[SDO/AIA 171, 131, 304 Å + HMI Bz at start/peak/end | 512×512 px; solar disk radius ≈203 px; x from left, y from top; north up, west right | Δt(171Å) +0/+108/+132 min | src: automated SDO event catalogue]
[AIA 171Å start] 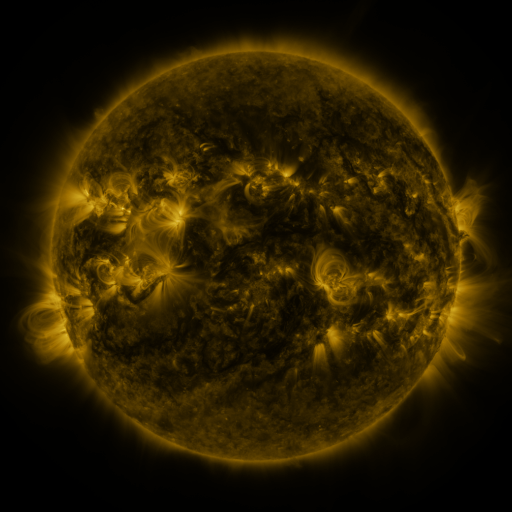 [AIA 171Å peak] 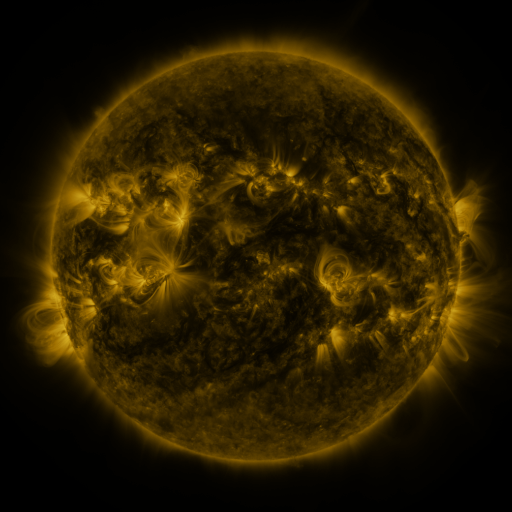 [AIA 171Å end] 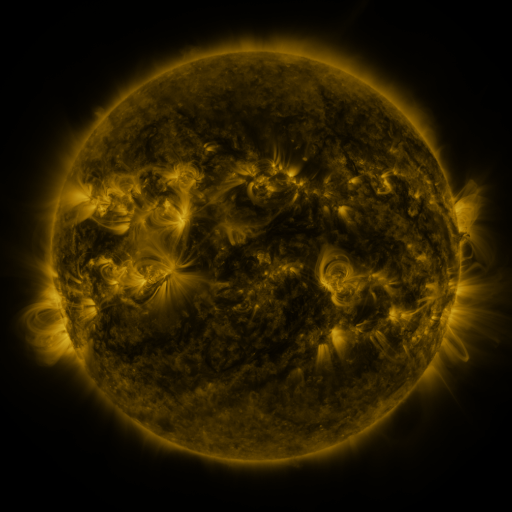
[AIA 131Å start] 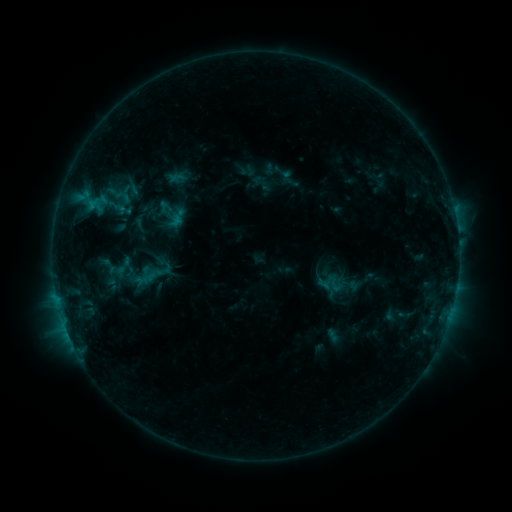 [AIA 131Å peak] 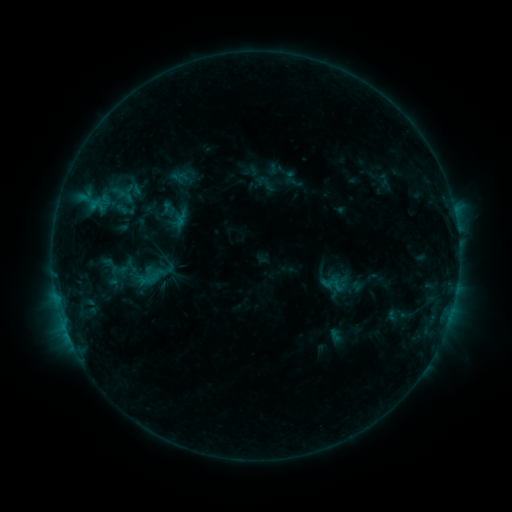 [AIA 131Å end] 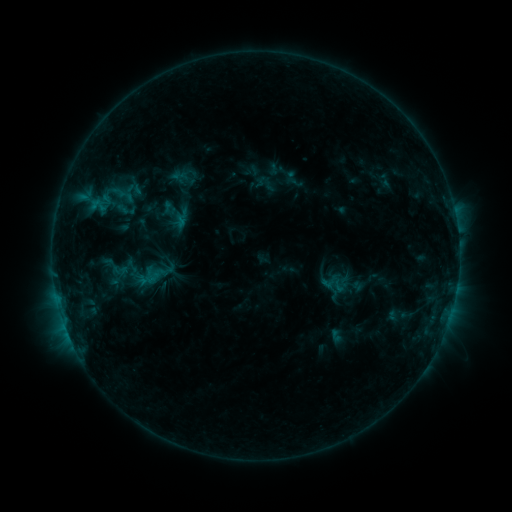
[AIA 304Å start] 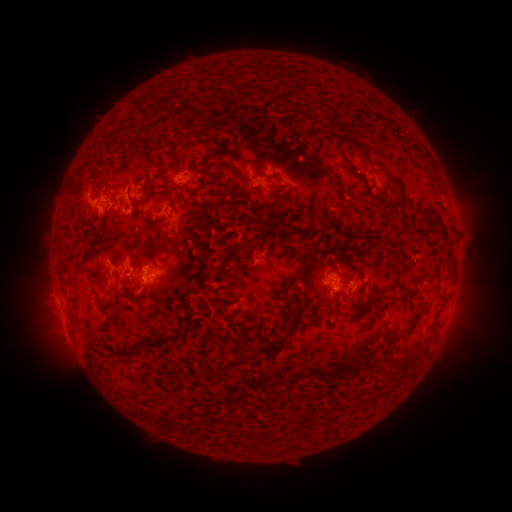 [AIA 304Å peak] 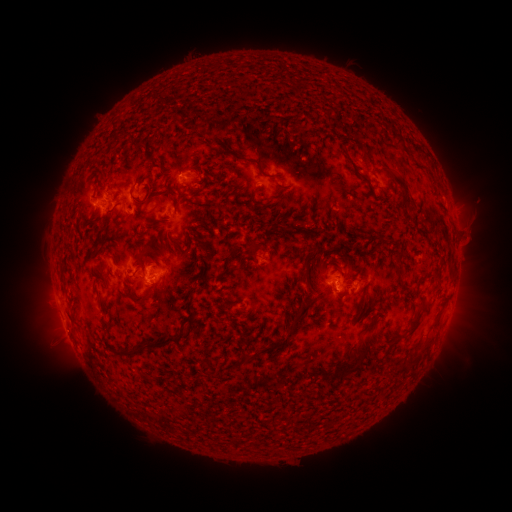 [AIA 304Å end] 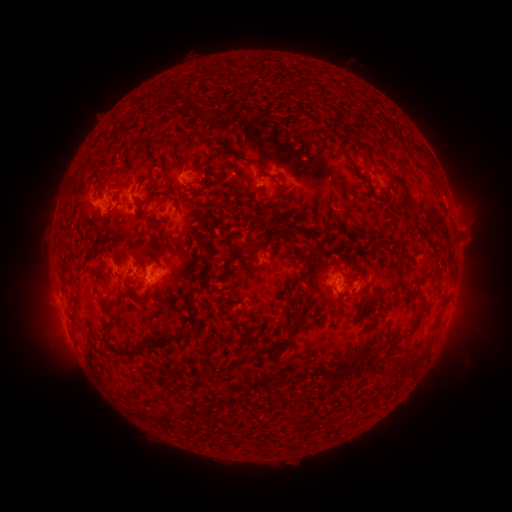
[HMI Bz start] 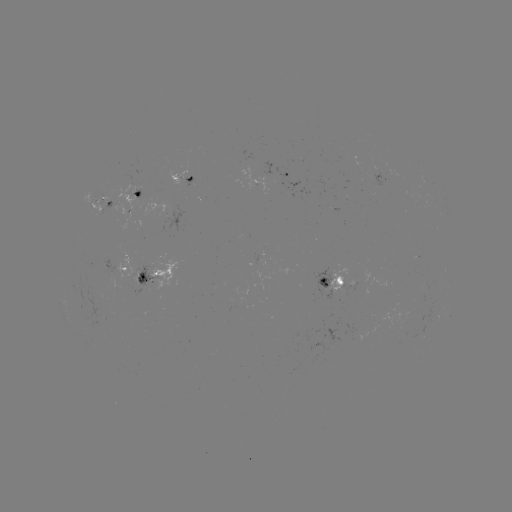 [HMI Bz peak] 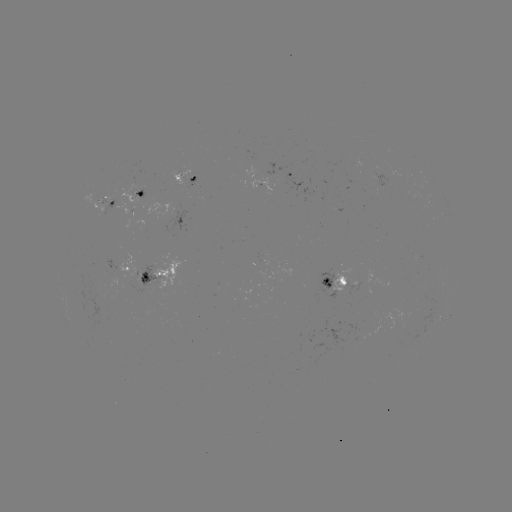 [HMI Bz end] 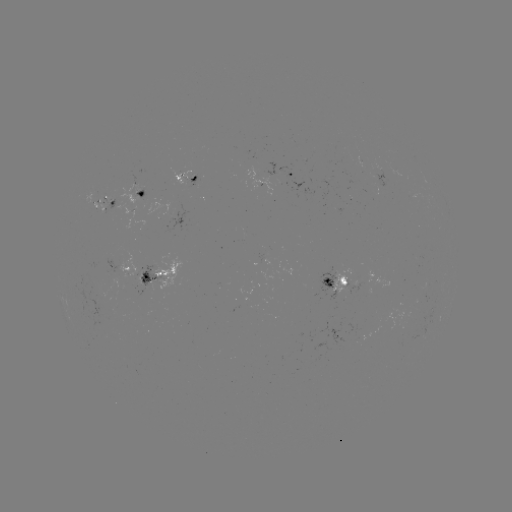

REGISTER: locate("emerging-flux region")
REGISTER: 343,283